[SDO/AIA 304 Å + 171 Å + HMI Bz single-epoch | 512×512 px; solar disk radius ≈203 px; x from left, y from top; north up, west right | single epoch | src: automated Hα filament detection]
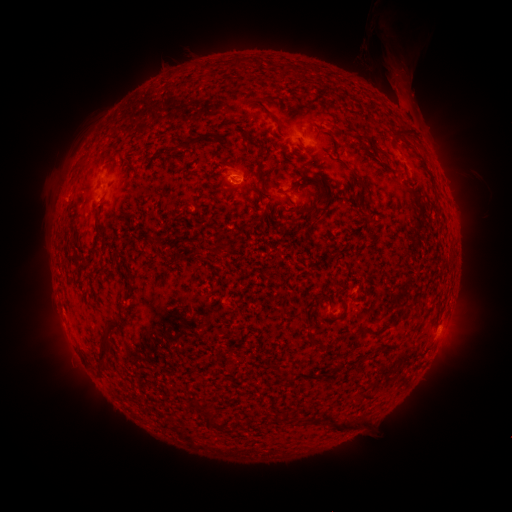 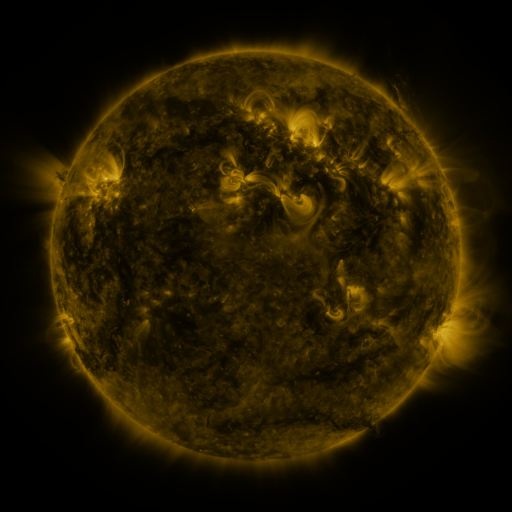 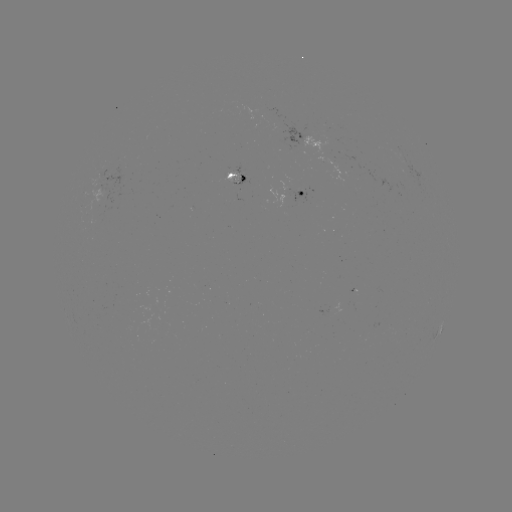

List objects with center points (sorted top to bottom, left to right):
filament: (230, 57, 254, 70)
filament: (265, 60, 281, 70)
filament: (198, 61, 219, 73)
filament: (298, 63, 314, 73)
filament: (69, 79, 171, 197)
filament: (260, 106, 280, 124)
filament: (394, 128, 414, 141)
filament: (220, 130, 234, 146)
filament: (176, 132, 212, 151)
filament: (245, 139, 265, 152)
filament: (255, 152, 266, 160)
filament: (298, 175, 320, 186)
filament: (94, 222, 107, 244)
filament: (125, 280, 132, 291)
filament: (97, 322, 121, 373)
filament: (370, 329, 381, 337)
filament: (203, 412, 212, 428)
filament: (329, 418, 348, 431)
